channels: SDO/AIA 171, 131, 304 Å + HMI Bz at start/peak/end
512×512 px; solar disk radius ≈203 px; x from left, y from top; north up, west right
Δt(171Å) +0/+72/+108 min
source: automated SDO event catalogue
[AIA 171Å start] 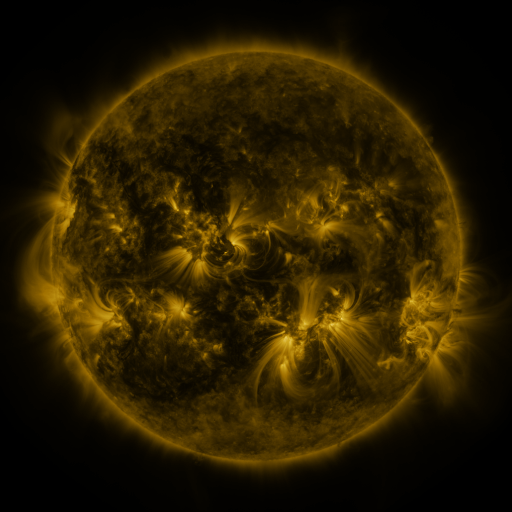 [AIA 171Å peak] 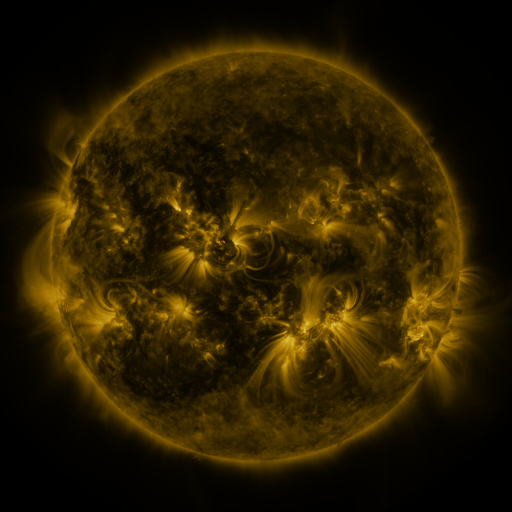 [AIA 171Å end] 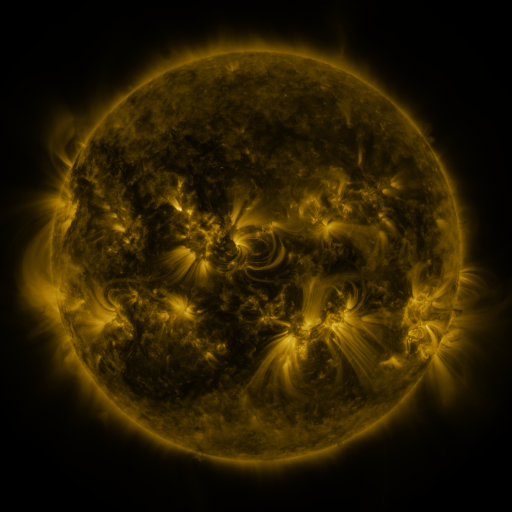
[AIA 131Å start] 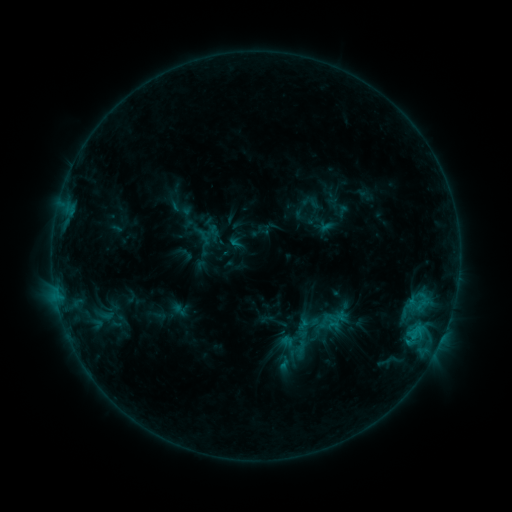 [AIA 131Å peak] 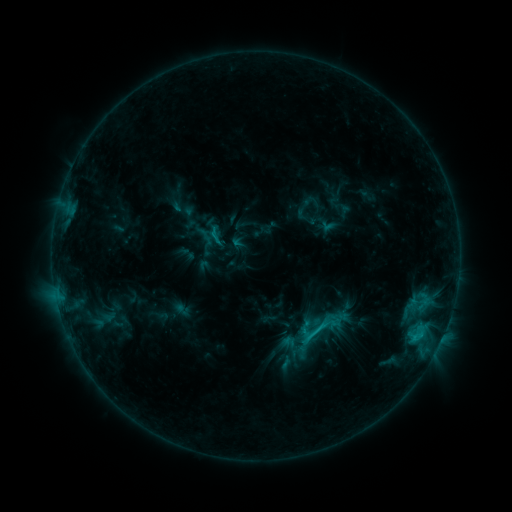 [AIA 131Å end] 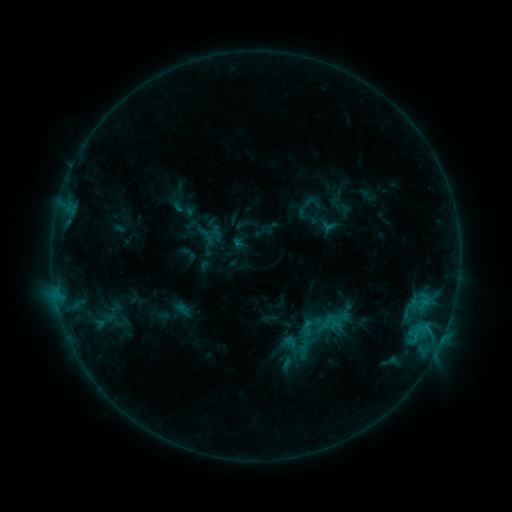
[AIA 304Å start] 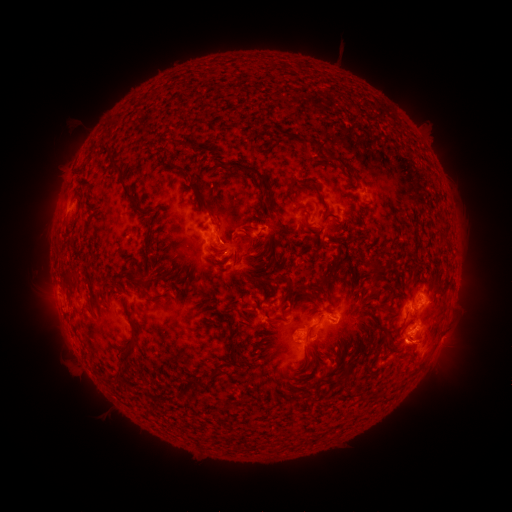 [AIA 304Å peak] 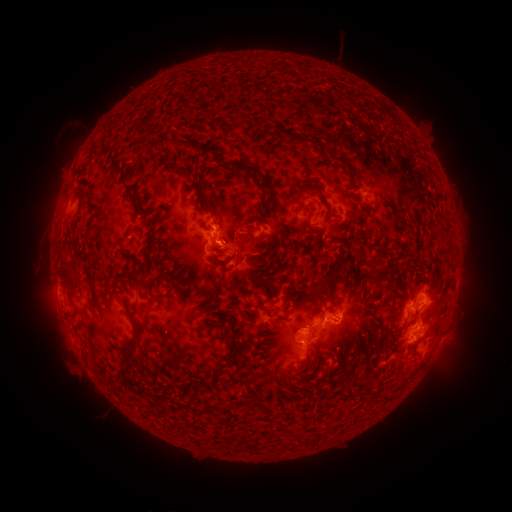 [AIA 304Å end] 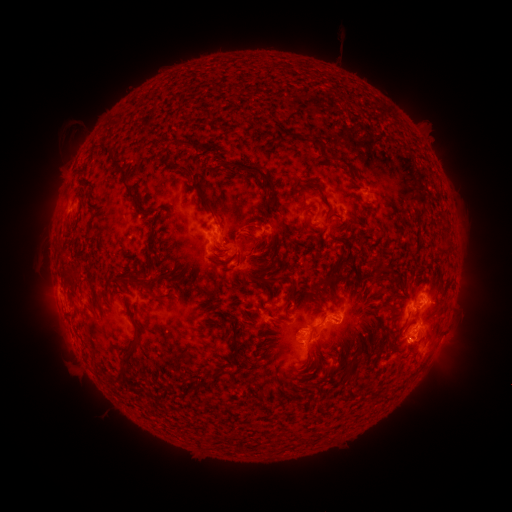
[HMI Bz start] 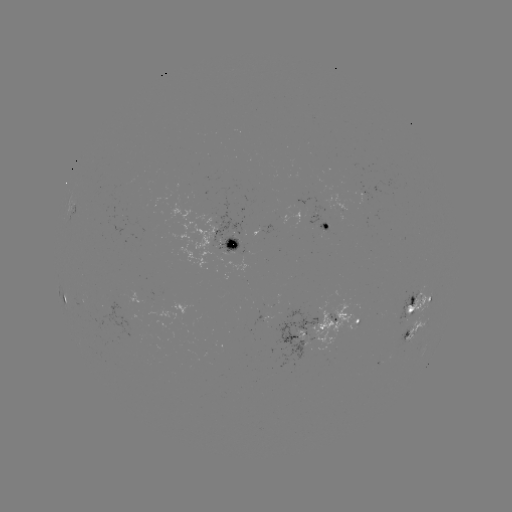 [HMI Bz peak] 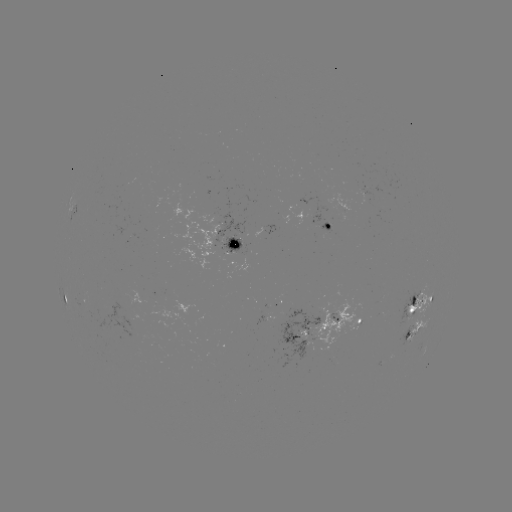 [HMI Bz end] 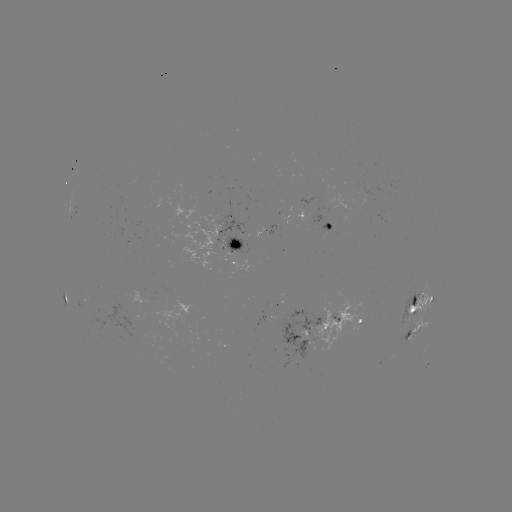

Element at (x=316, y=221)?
emerging-flux region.